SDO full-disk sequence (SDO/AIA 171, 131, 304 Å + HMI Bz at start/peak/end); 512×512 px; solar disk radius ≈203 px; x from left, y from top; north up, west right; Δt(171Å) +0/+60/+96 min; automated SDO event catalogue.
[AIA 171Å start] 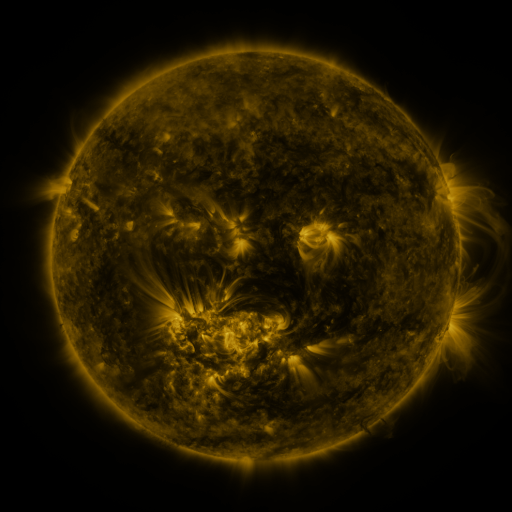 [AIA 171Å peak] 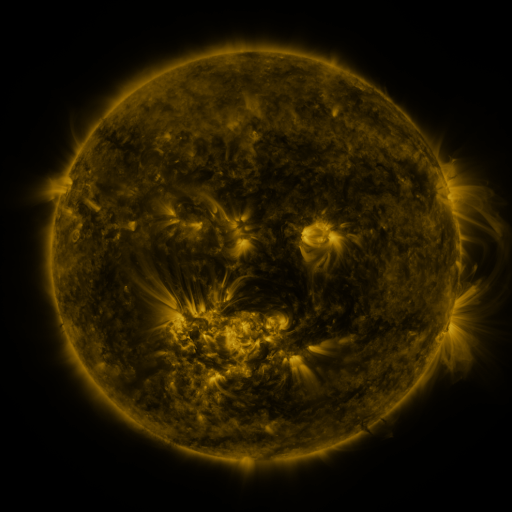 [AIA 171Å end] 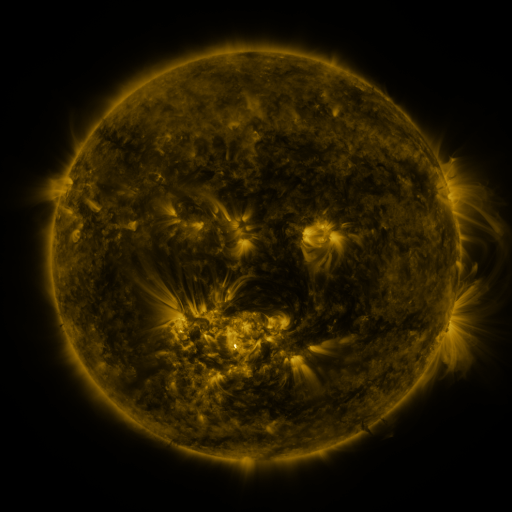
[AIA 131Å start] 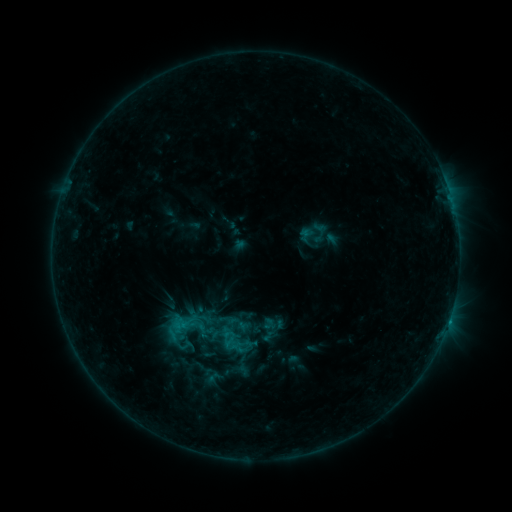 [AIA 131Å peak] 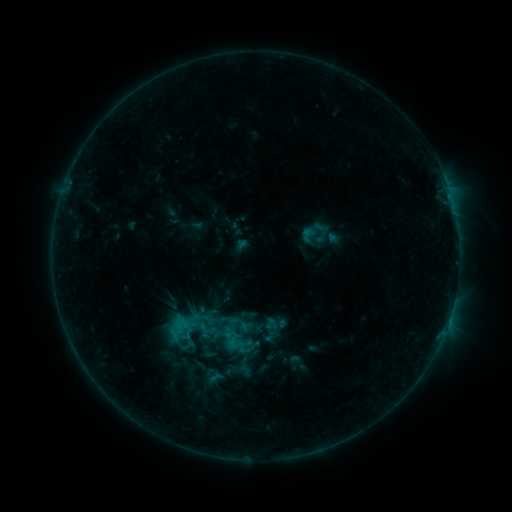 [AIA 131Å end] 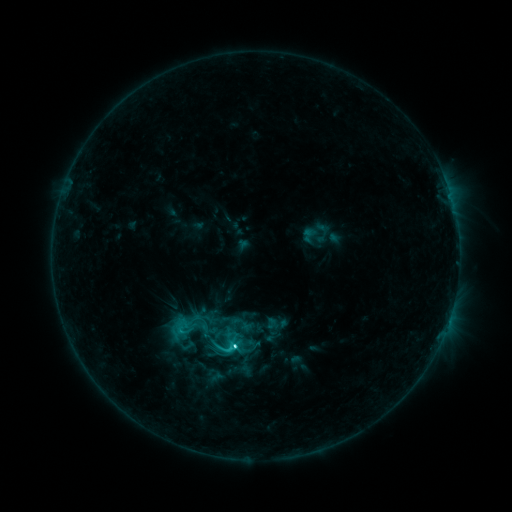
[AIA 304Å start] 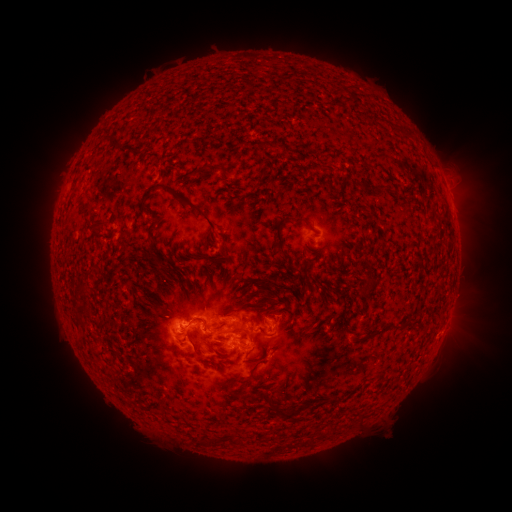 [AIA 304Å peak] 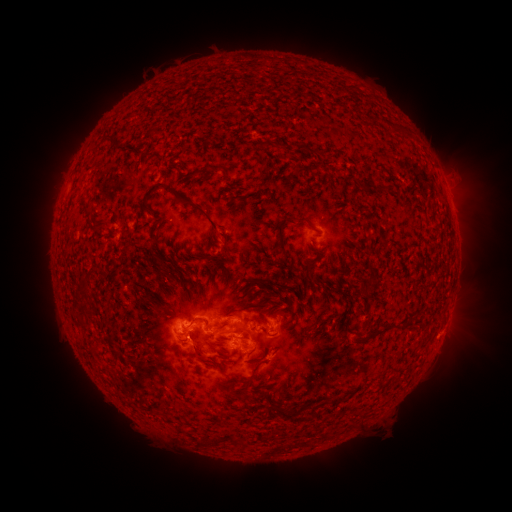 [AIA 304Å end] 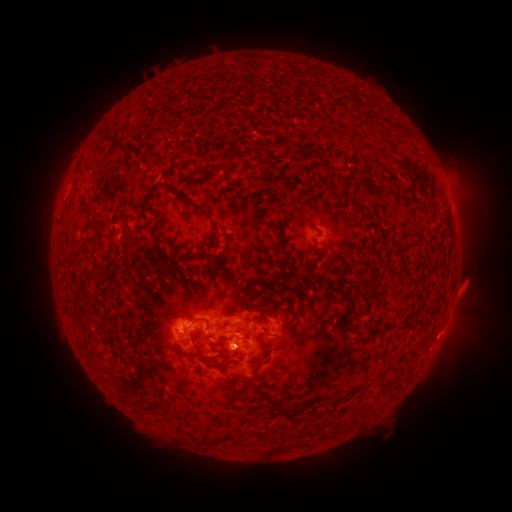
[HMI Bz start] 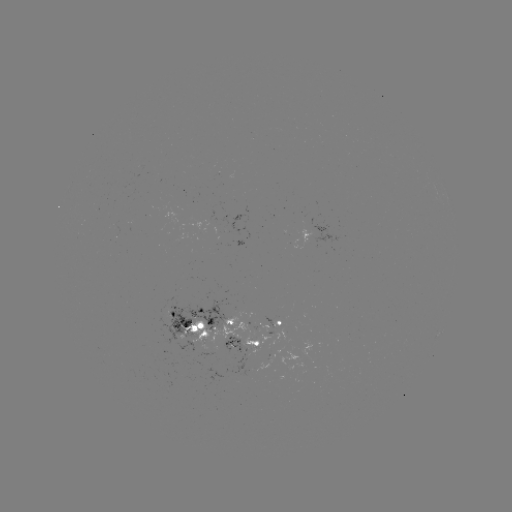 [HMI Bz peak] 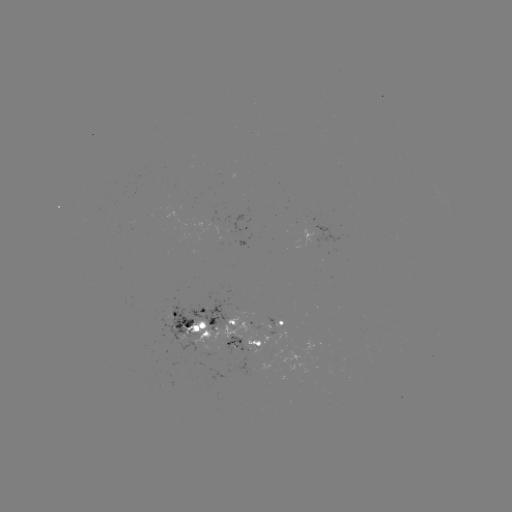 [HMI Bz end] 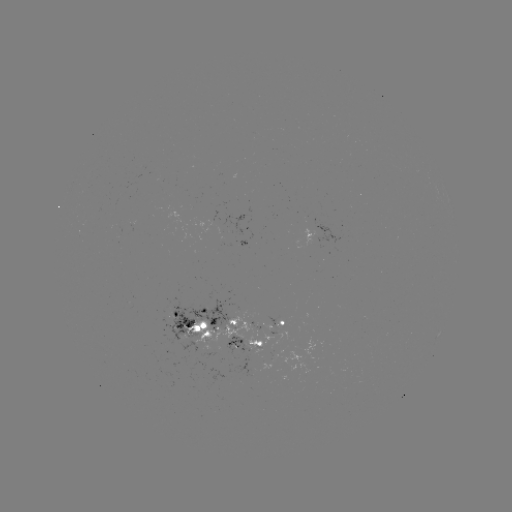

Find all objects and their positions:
emerging-flux region: (215, 340)
